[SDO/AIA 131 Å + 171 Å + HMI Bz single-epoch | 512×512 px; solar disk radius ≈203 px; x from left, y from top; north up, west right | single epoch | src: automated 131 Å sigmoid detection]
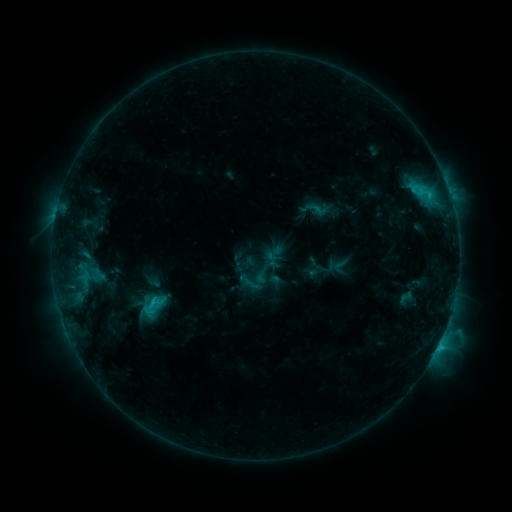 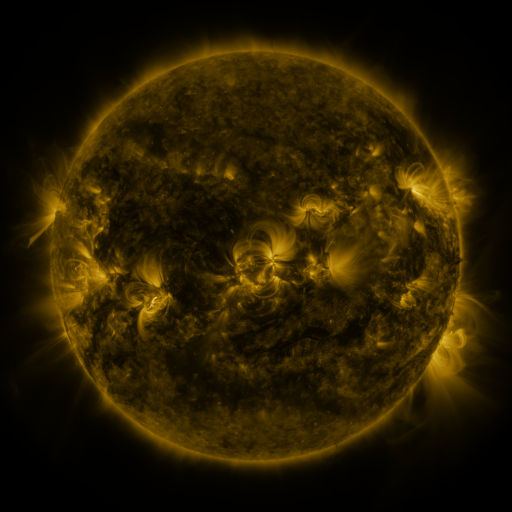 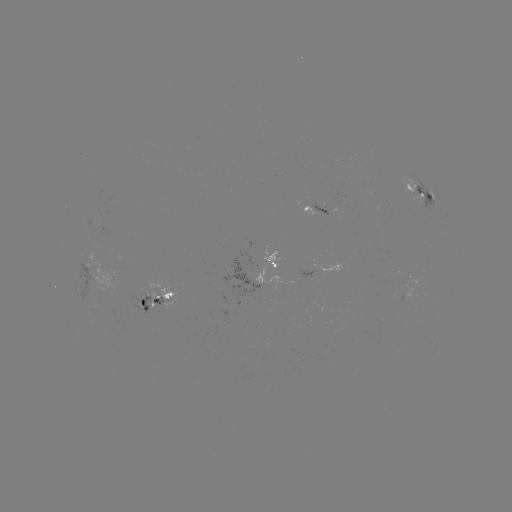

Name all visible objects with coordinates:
sigmoid: [252, 266, 271, 285]
